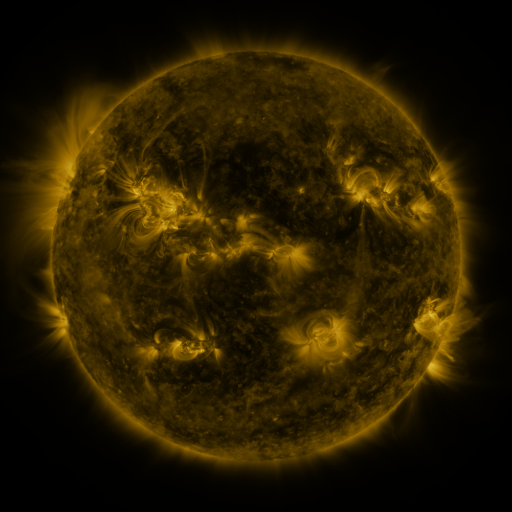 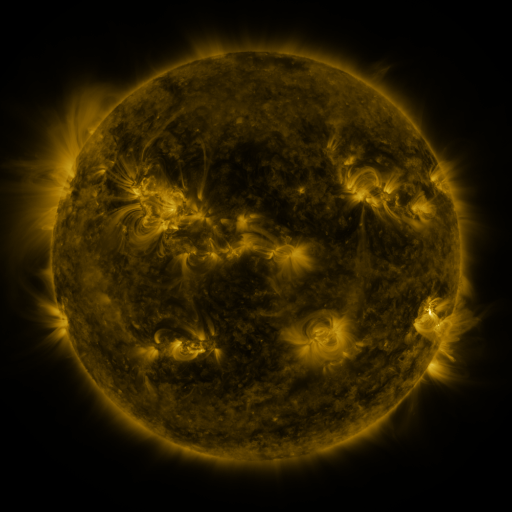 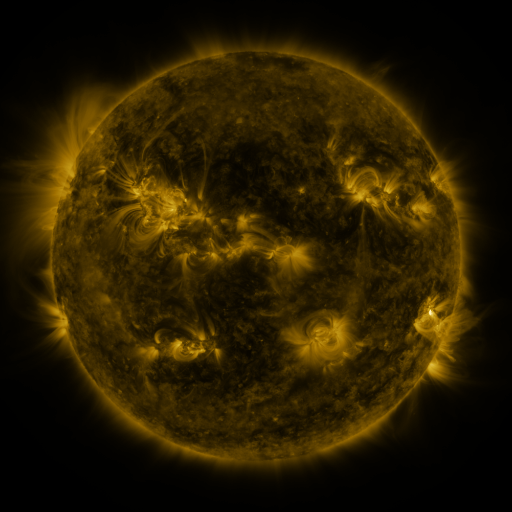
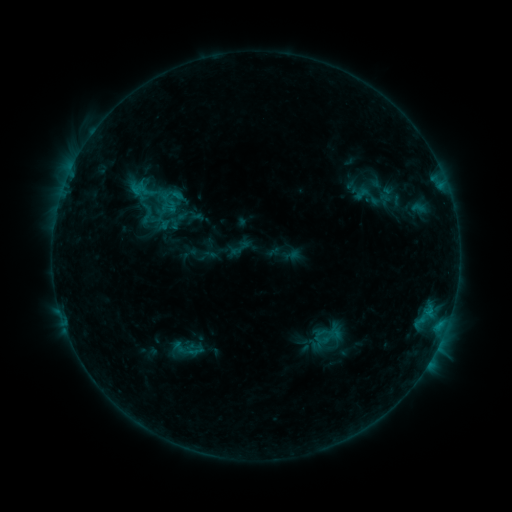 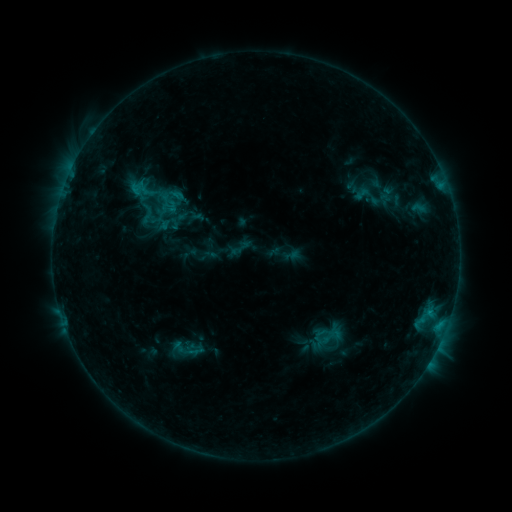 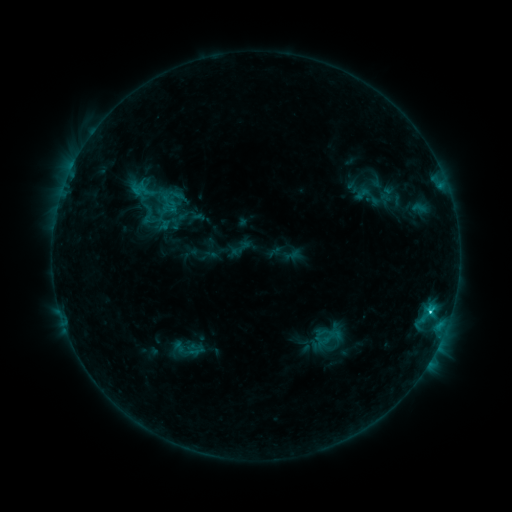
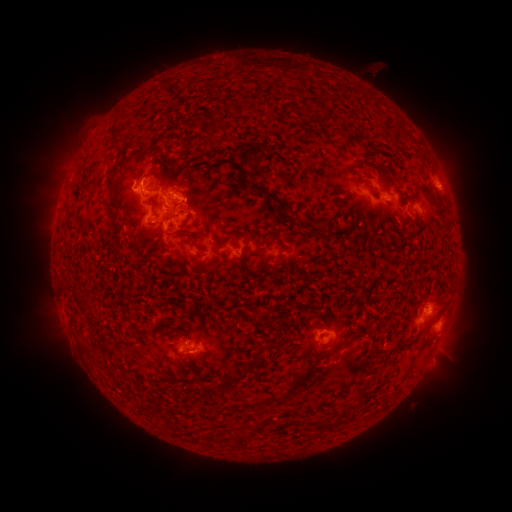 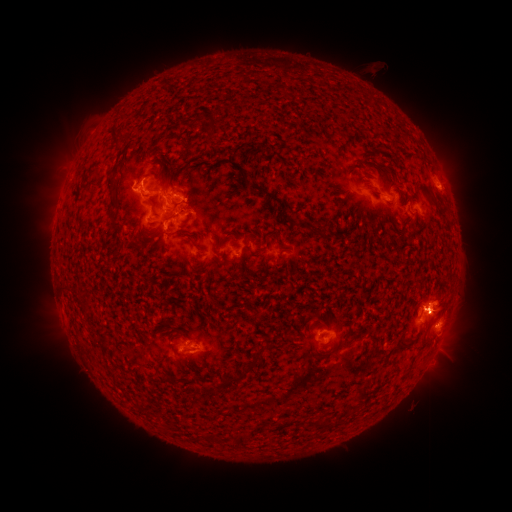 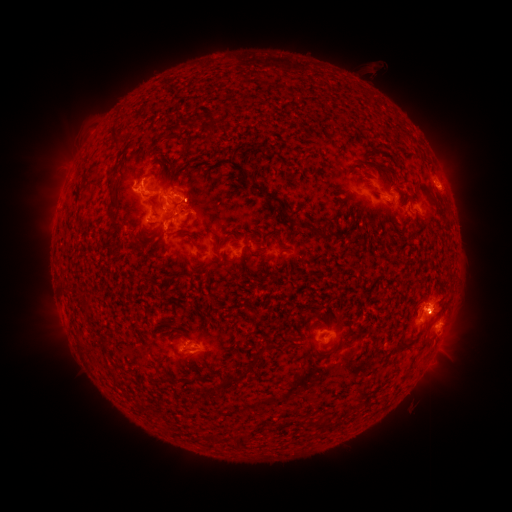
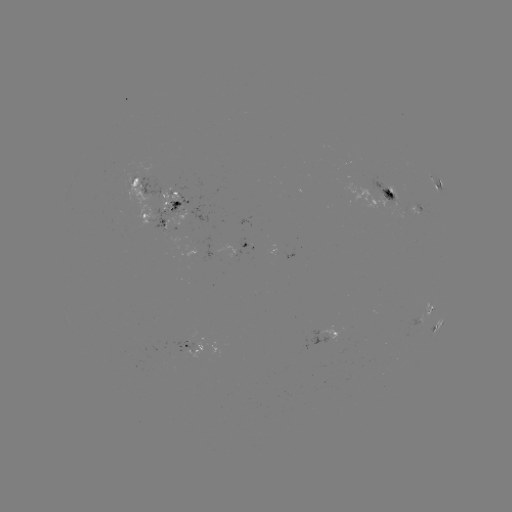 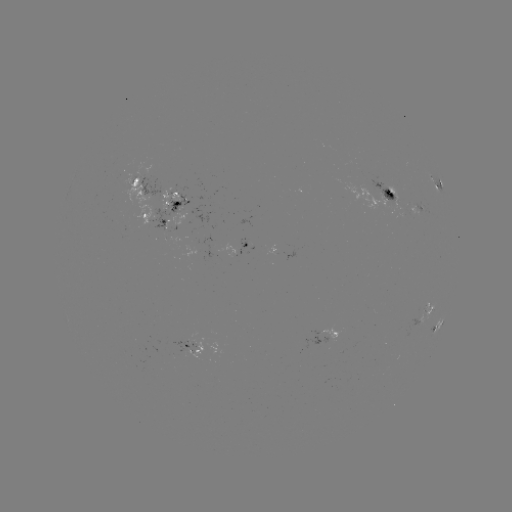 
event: flare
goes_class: C9.3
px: (430, 310)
